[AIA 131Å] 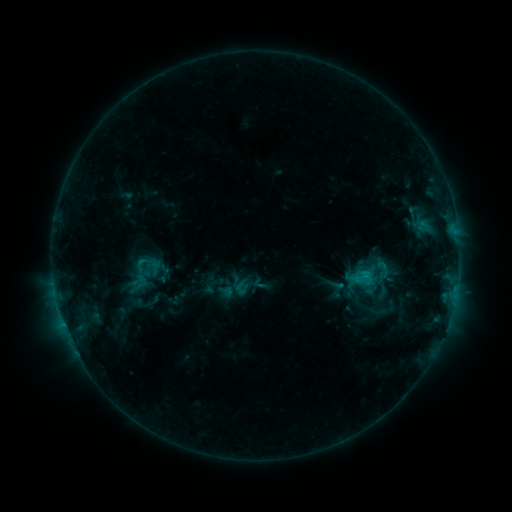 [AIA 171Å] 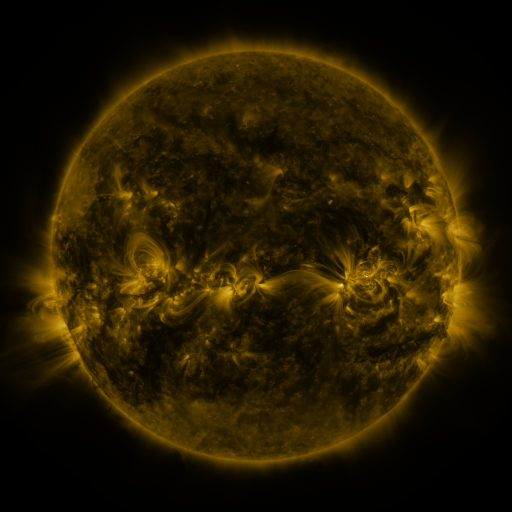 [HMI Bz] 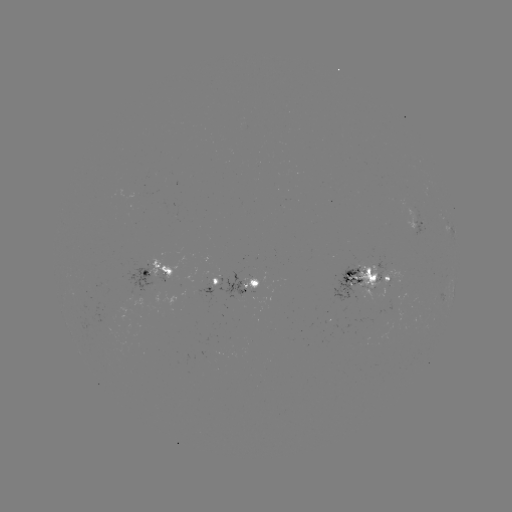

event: sigmoid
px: (381, 267)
